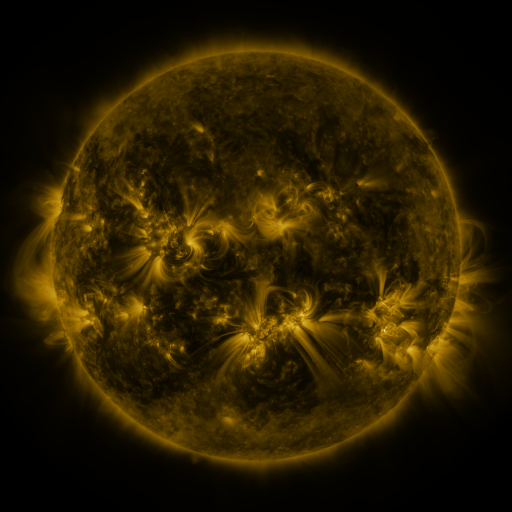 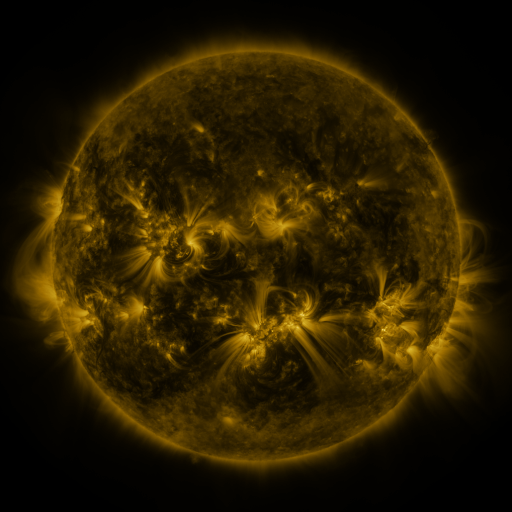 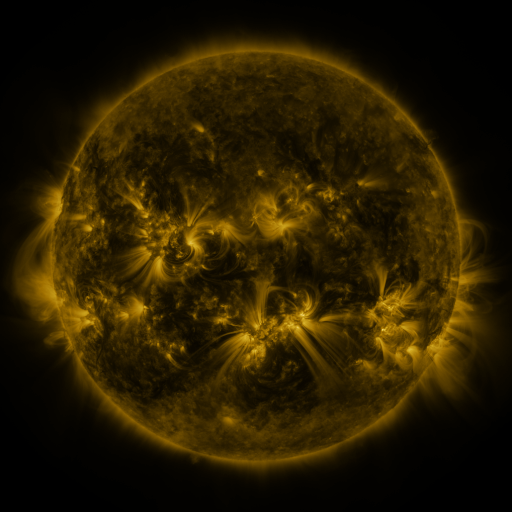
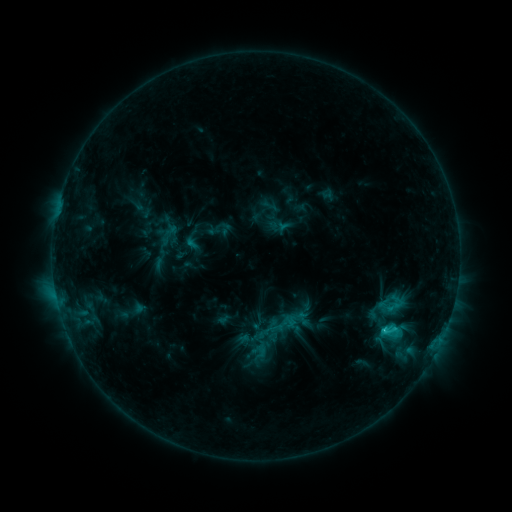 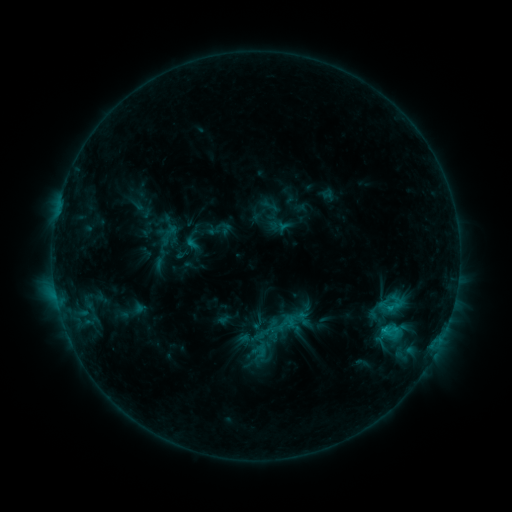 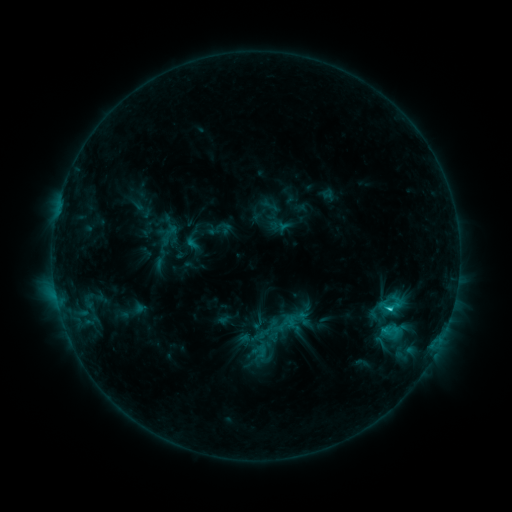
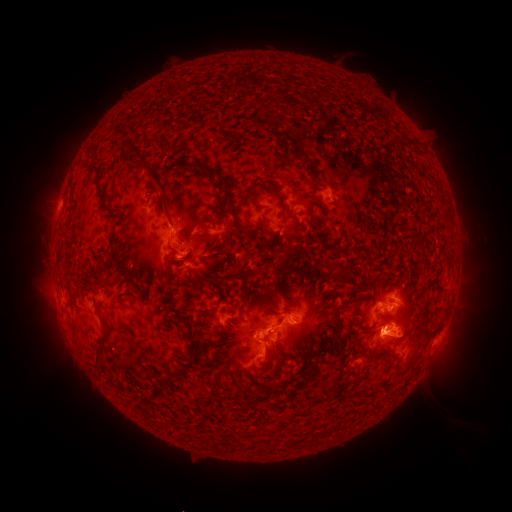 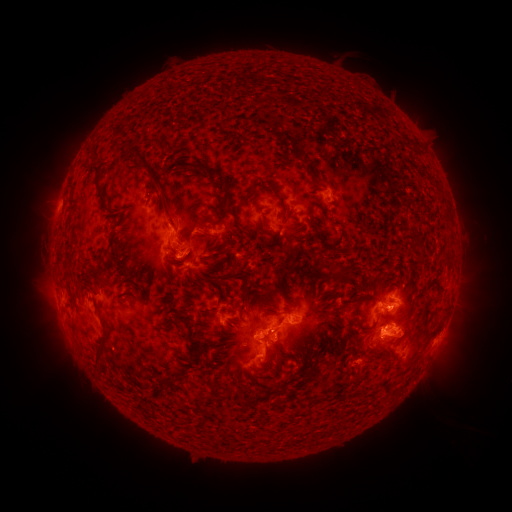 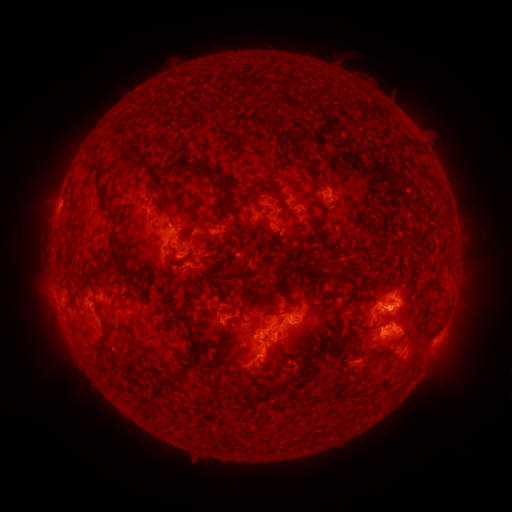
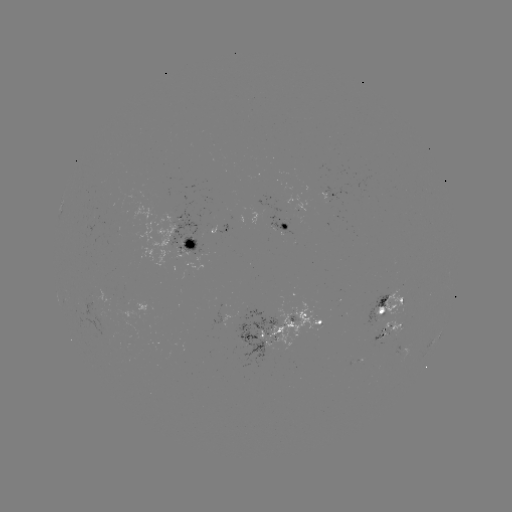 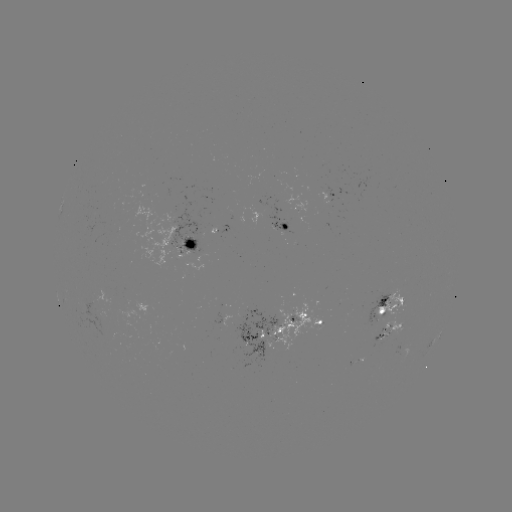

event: flare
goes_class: C3.3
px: (388, 308)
